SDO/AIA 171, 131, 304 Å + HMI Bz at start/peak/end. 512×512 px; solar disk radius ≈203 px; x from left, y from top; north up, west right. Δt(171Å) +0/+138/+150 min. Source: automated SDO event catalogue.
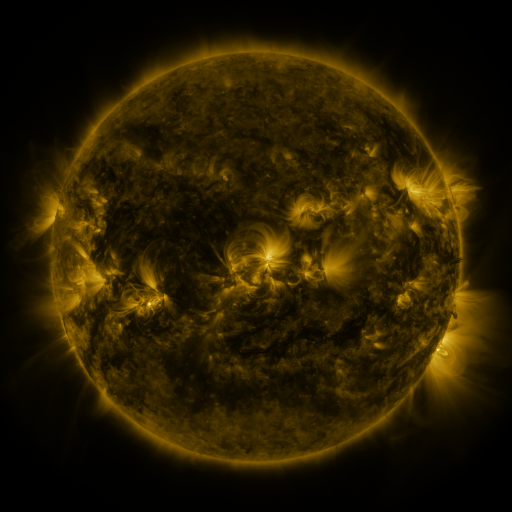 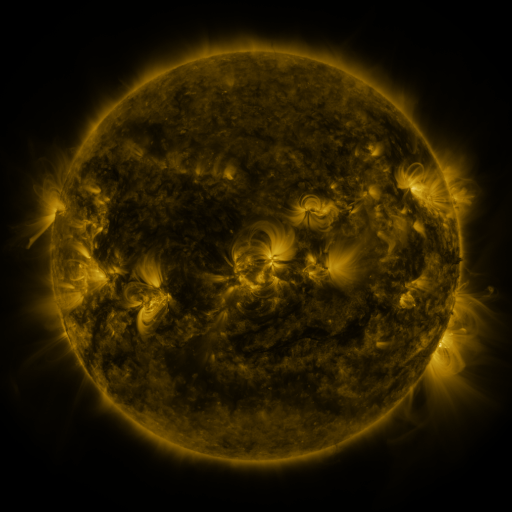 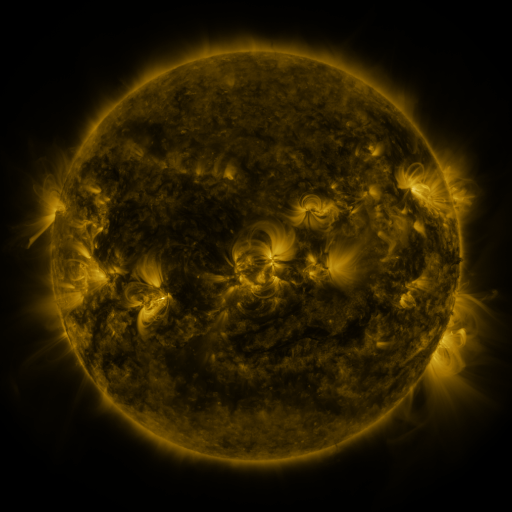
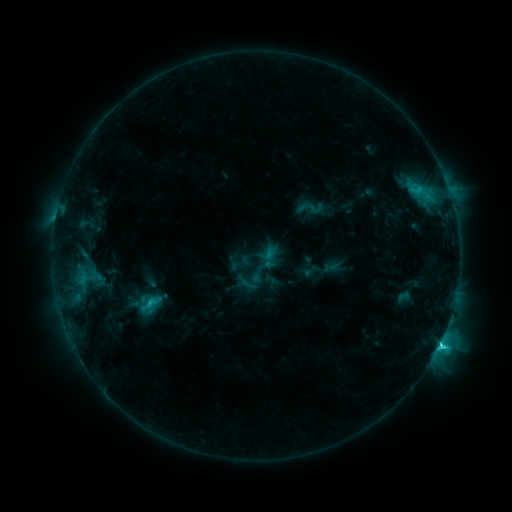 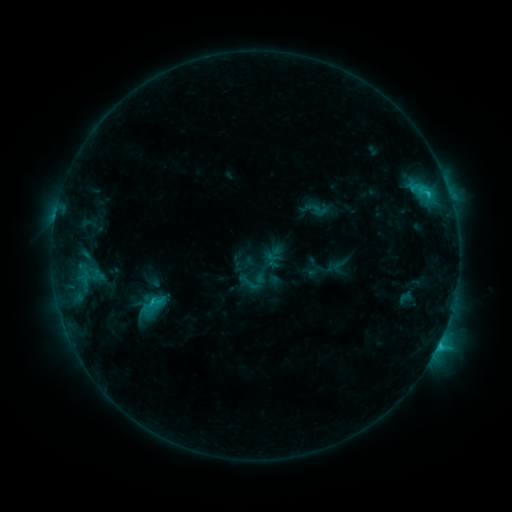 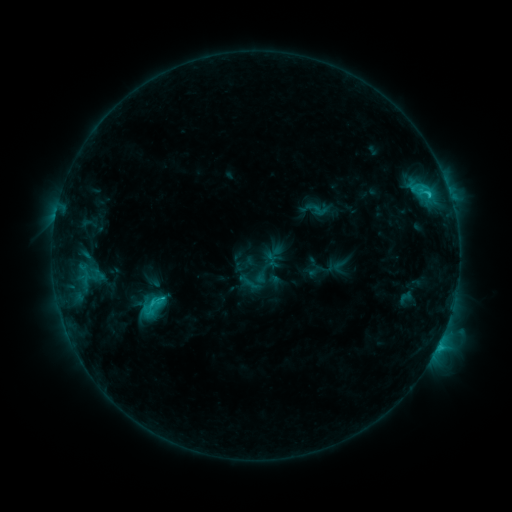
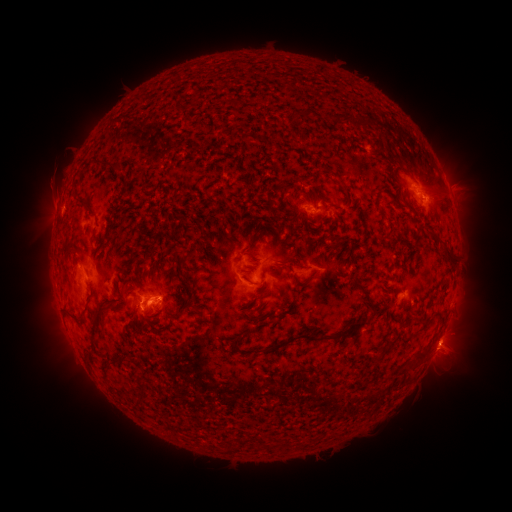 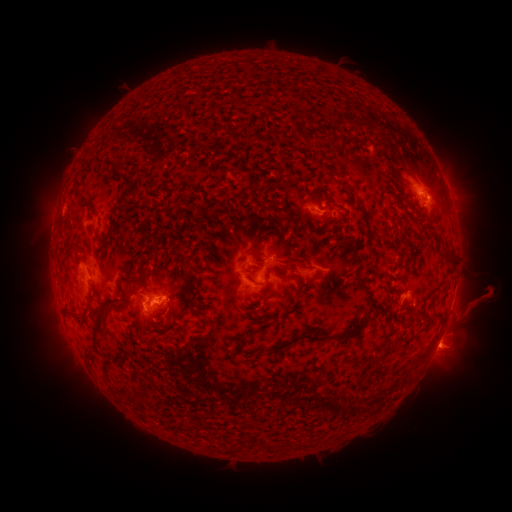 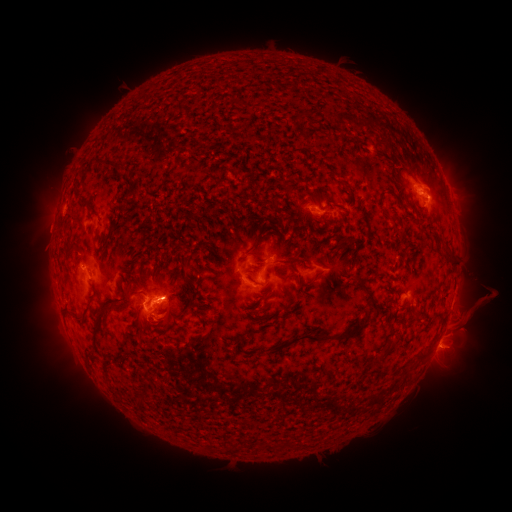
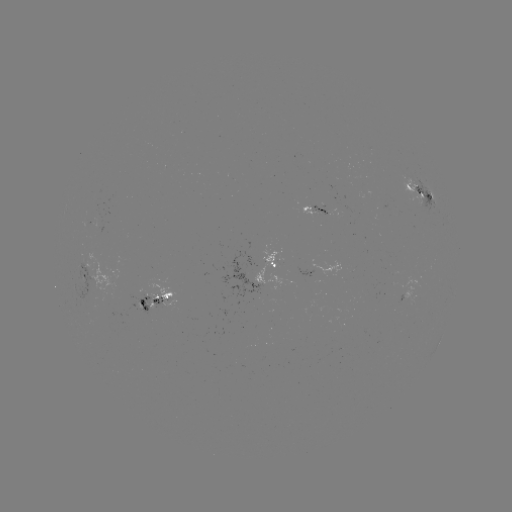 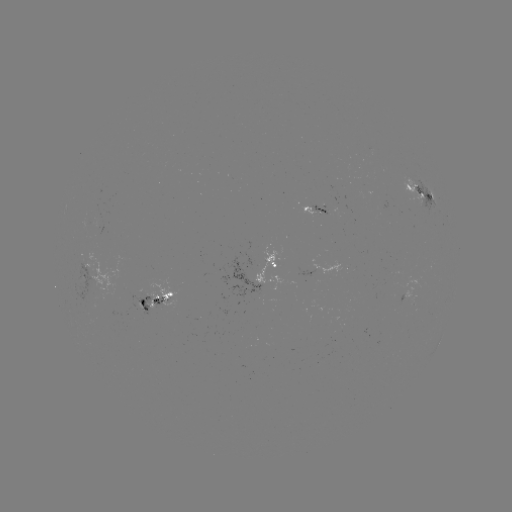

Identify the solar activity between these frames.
emerging-flux region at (135, 306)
